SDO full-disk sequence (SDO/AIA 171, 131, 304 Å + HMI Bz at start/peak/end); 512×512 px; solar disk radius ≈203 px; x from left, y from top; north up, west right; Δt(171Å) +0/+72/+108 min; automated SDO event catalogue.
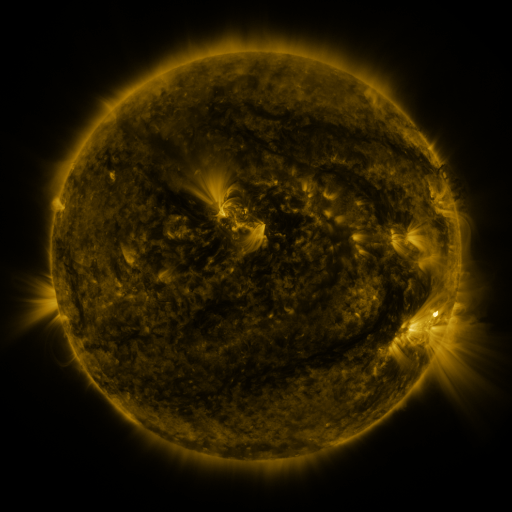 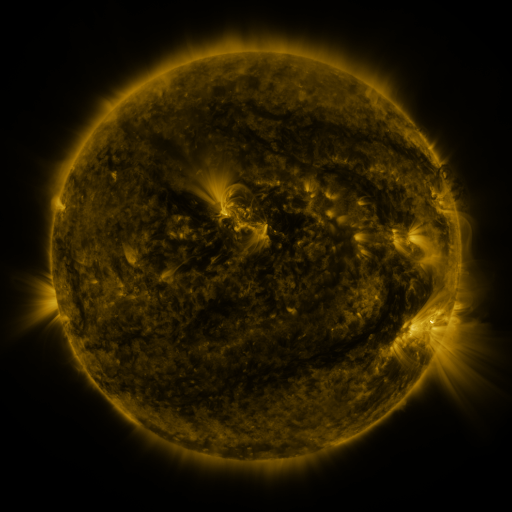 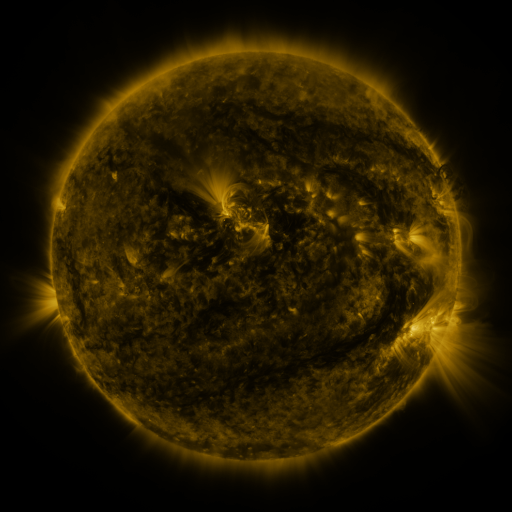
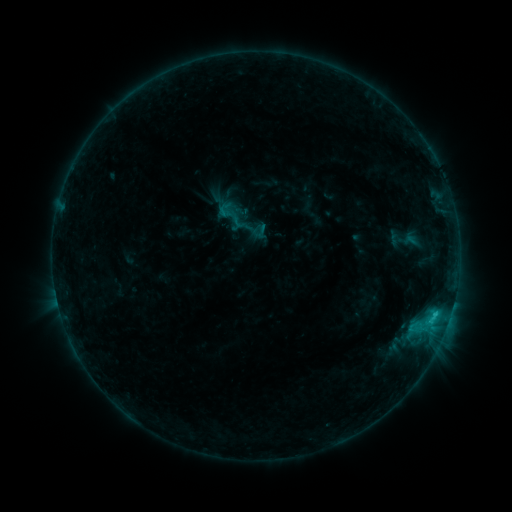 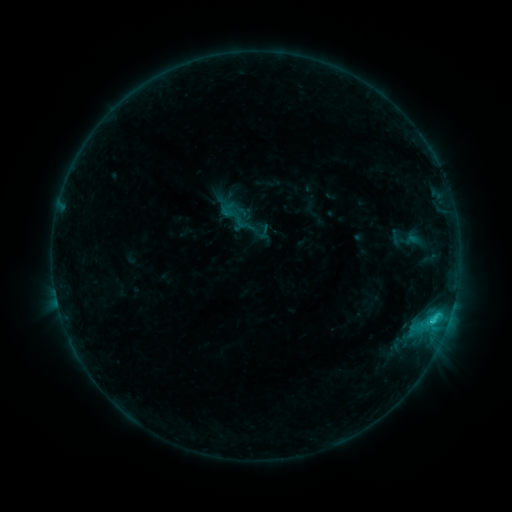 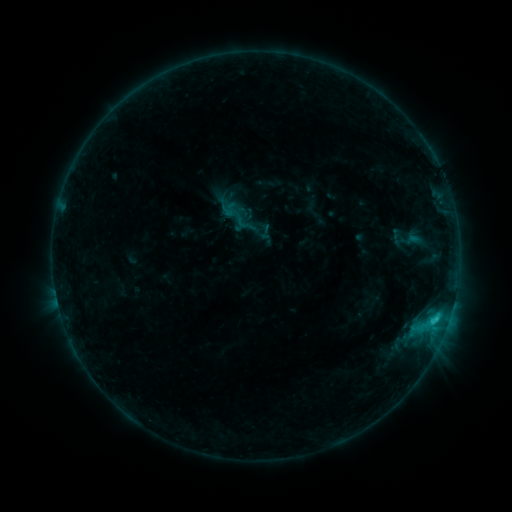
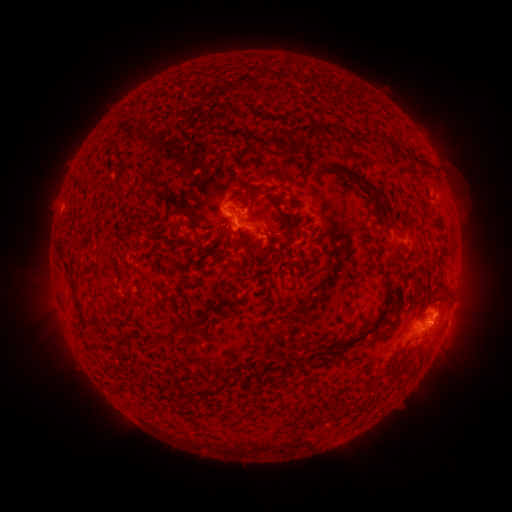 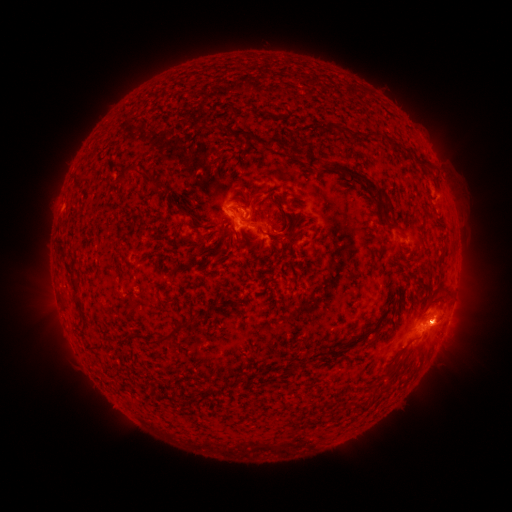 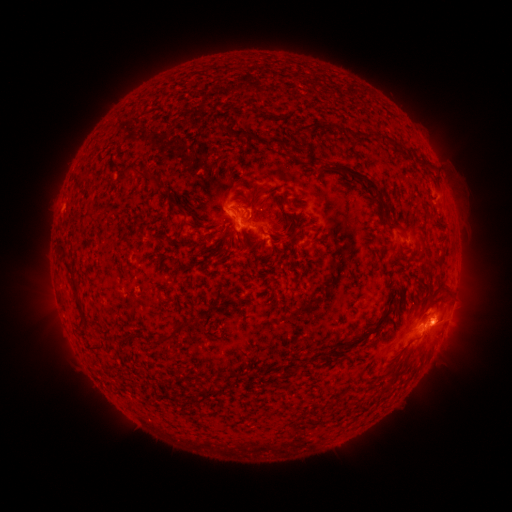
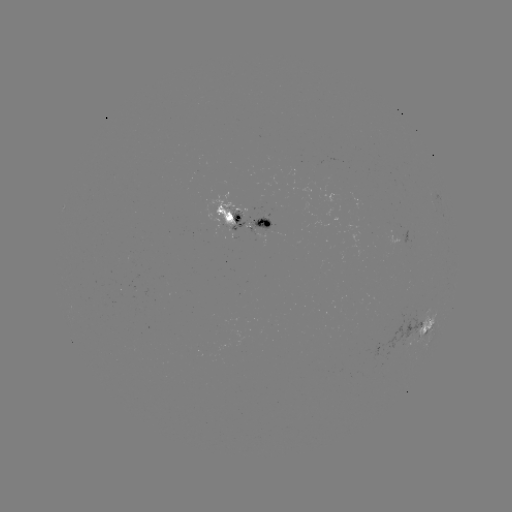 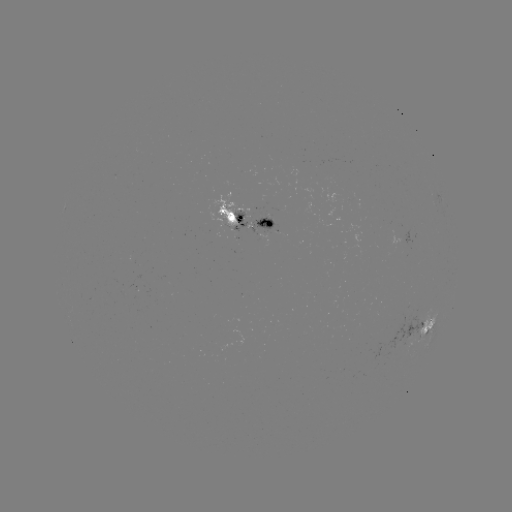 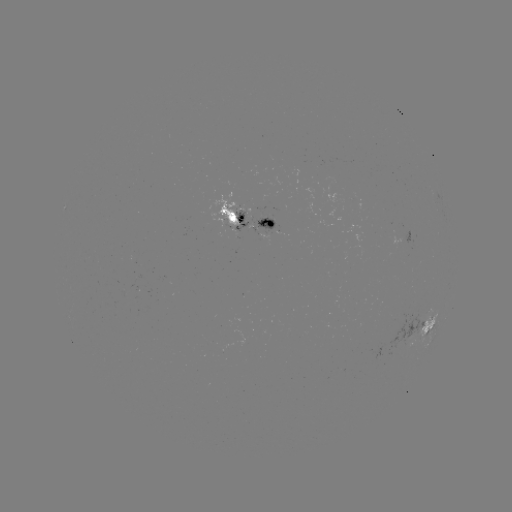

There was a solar emerging-flux region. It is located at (224, 349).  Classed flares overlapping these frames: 1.